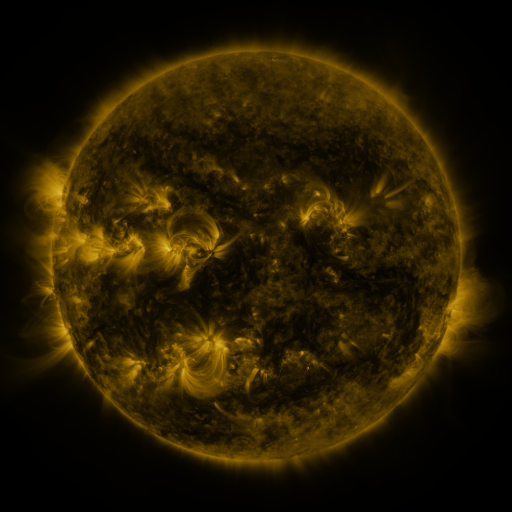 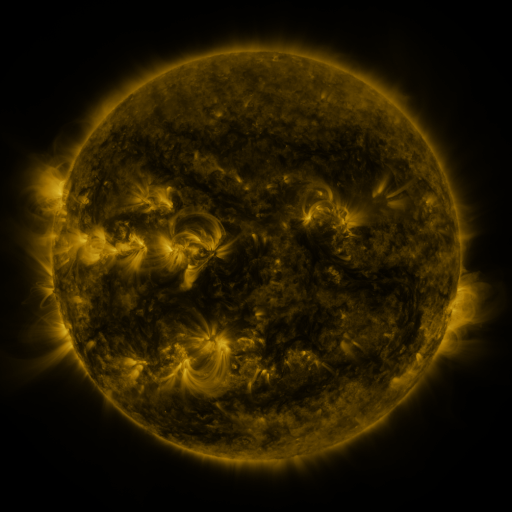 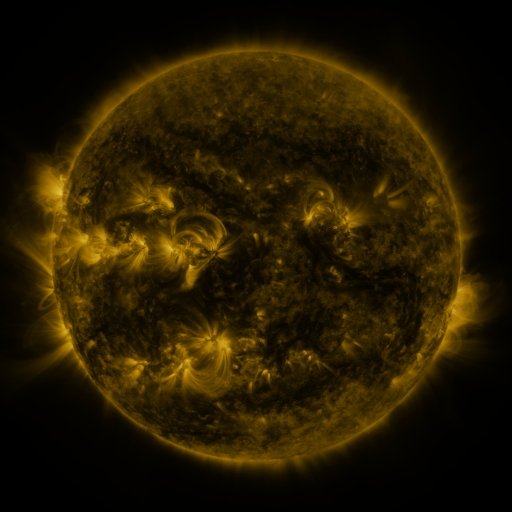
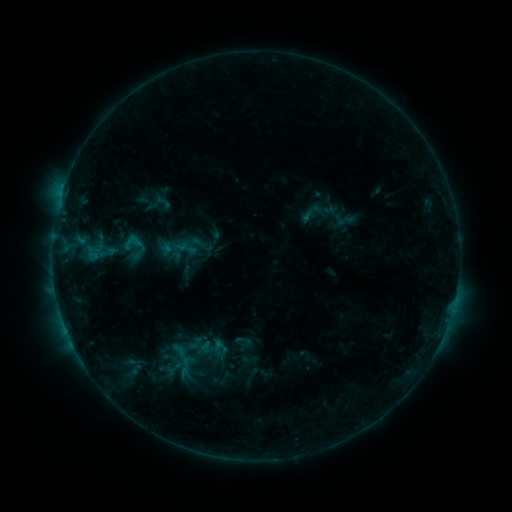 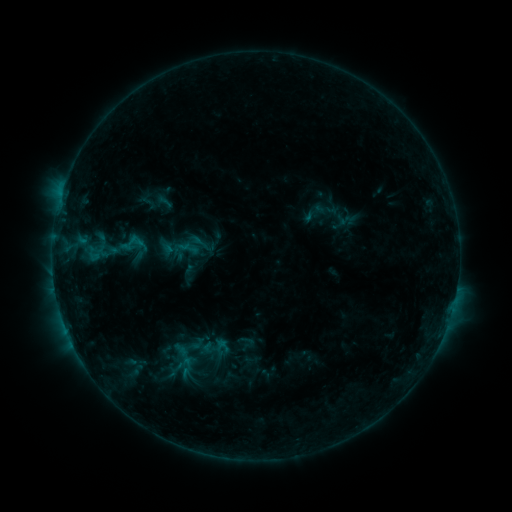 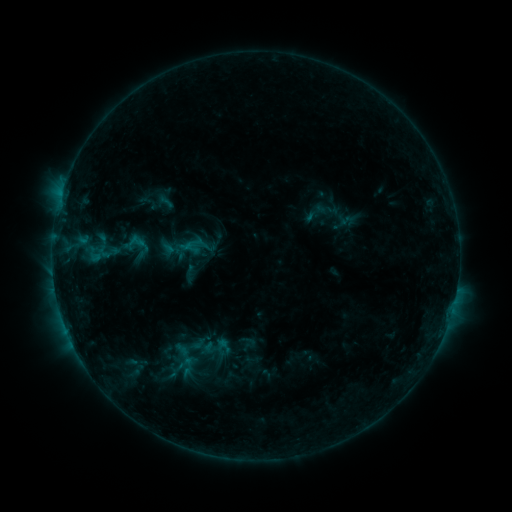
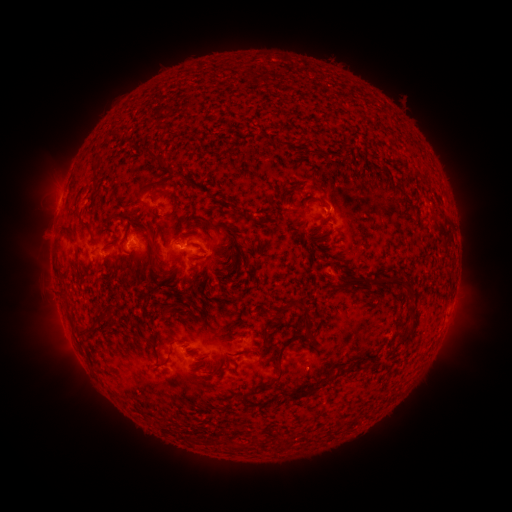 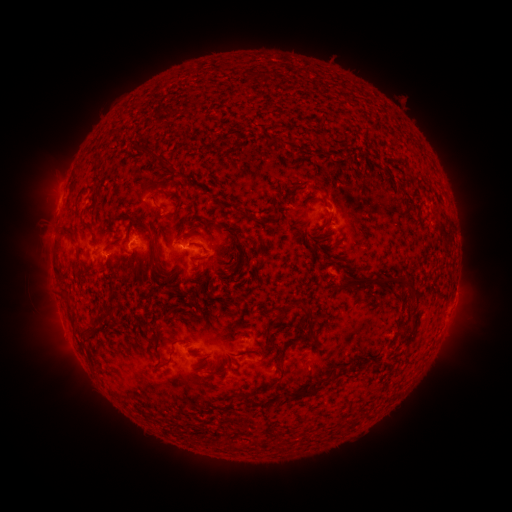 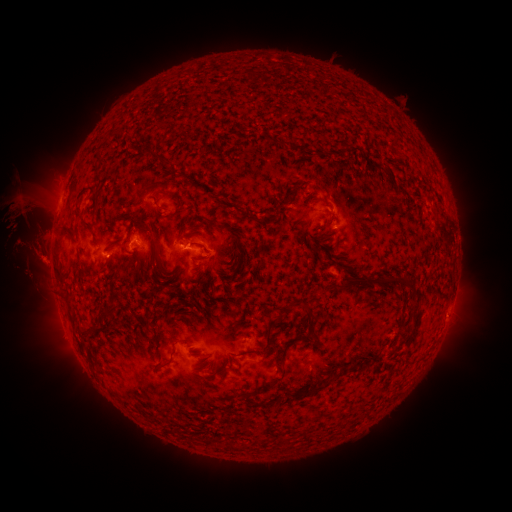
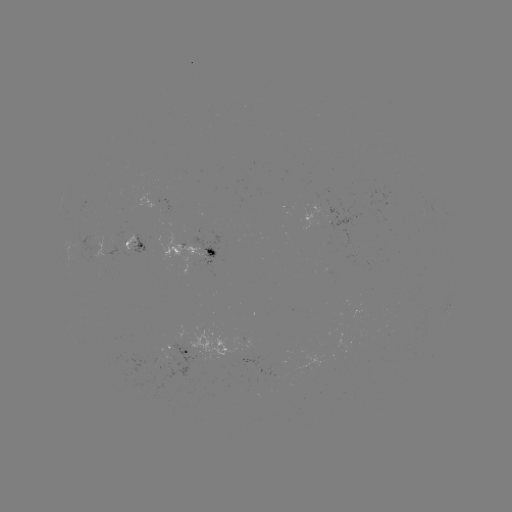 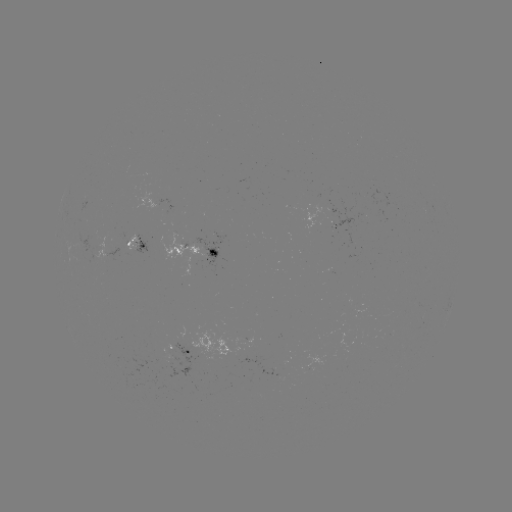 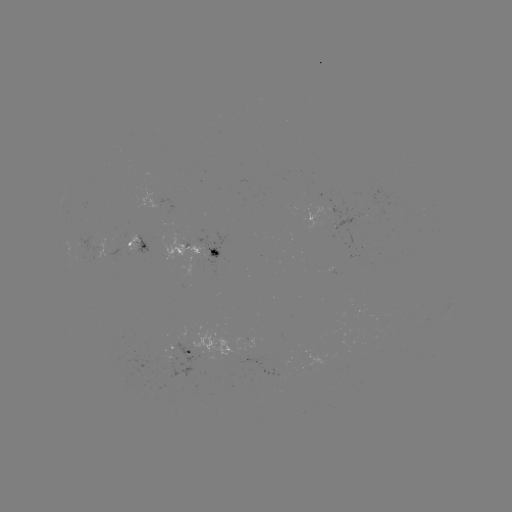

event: emerging-flux region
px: (201, 346)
